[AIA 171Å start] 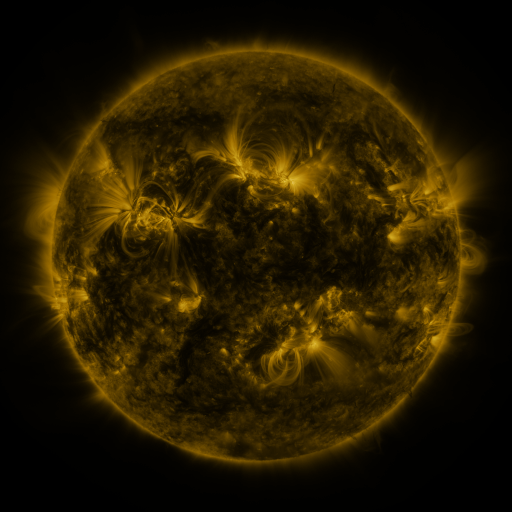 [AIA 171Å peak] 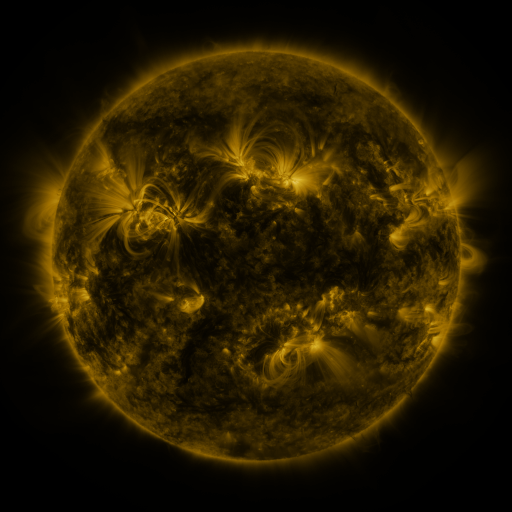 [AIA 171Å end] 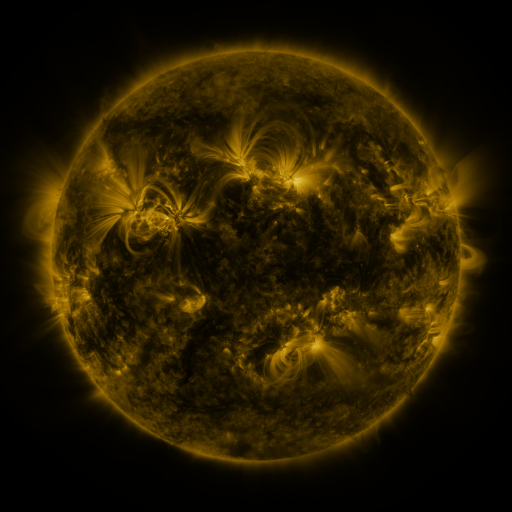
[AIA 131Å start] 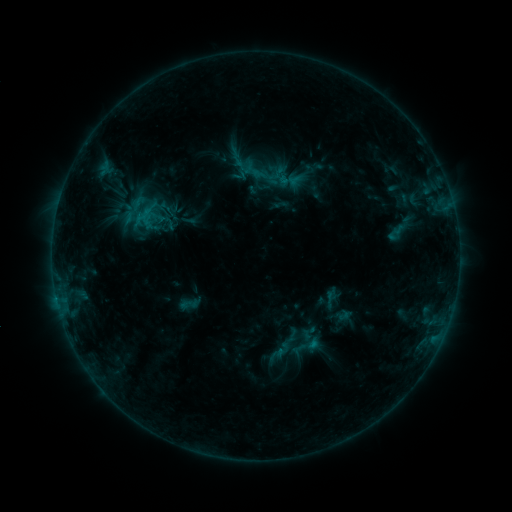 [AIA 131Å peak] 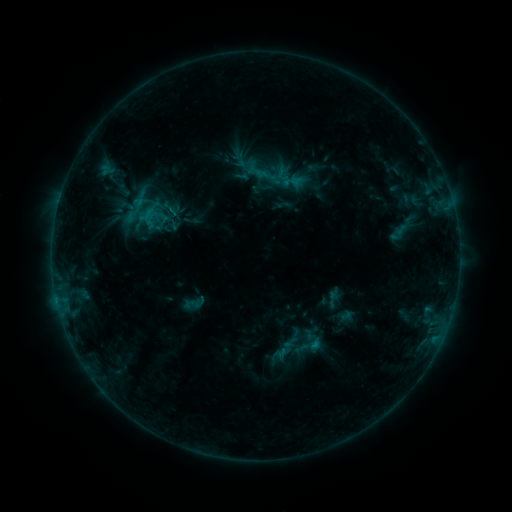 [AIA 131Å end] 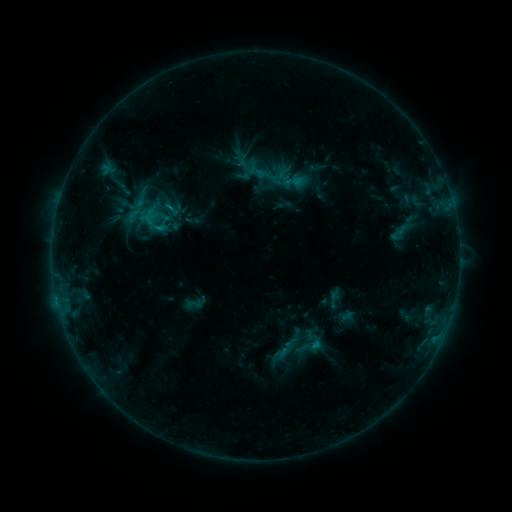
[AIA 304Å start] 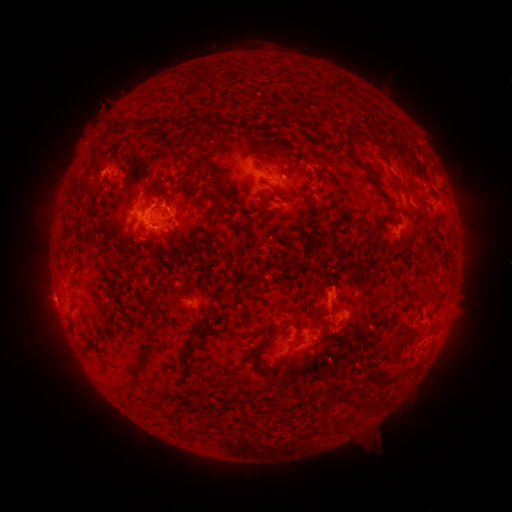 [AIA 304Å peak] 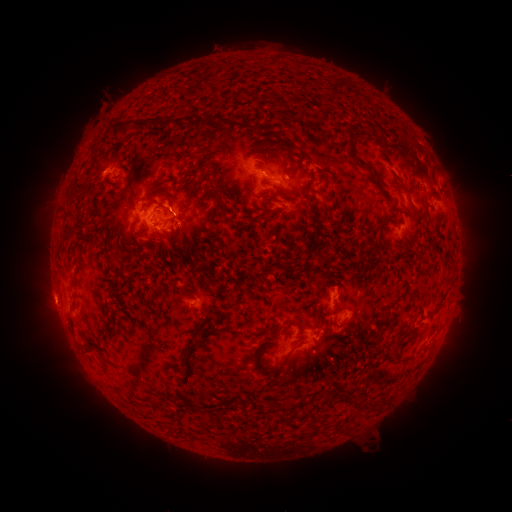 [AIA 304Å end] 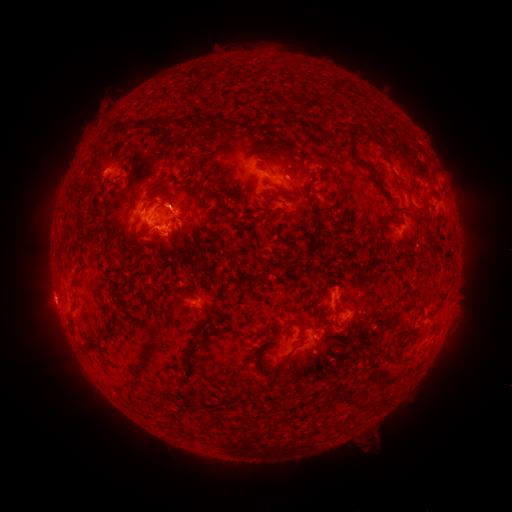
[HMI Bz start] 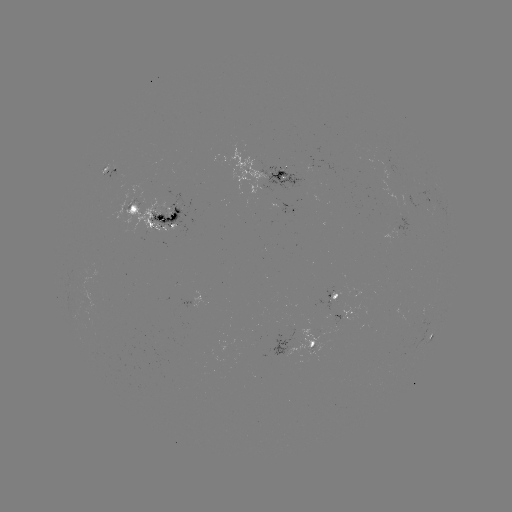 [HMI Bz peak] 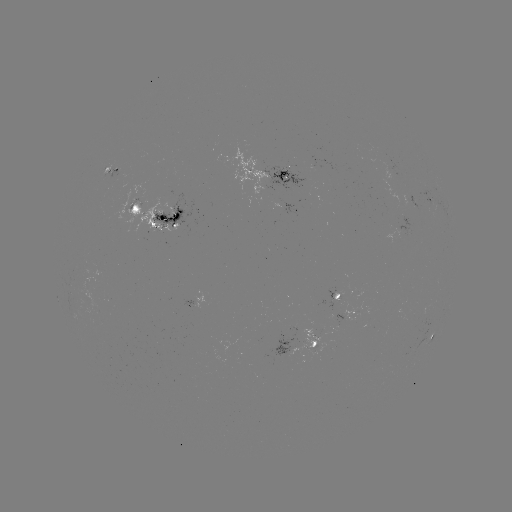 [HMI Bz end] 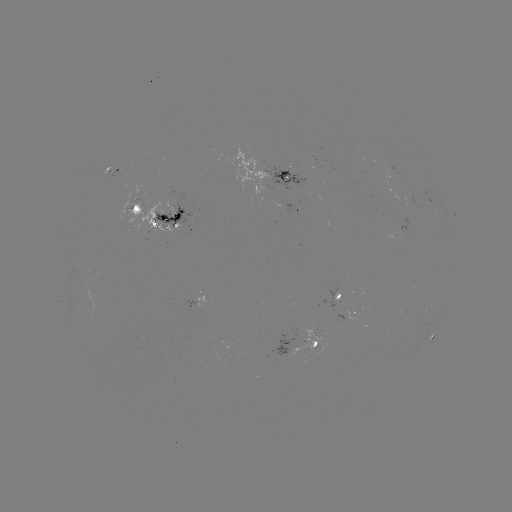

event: emerging-flux region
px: (413, 202)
